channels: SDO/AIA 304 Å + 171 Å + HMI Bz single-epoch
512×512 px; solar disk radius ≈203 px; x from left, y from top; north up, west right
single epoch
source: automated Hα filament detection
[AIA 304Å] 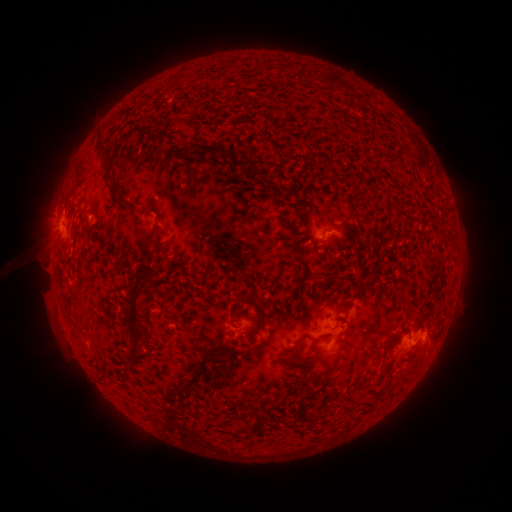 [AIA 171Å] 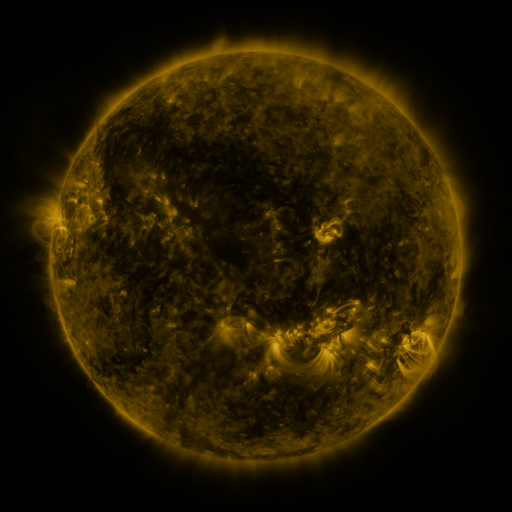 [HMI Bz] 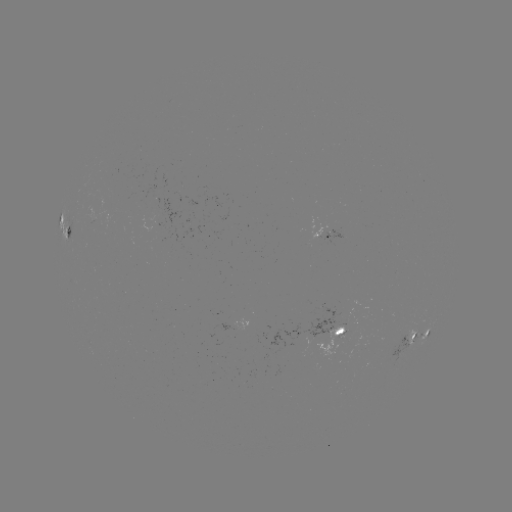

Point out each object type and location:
filament: <bbox>189, 144, 235, 160</bbox>
filament: <bbox>155, 146, 166, 157</bbox>
filament: <bbox>113, 194, 137, 211</bbox>
filament: <bbox>155, 212, 161, 225</bbox>
filament: <bbox>344, 222, 355, 230</bbox>
filament: <bbox>126, 276, 152, 354</bbox>
filament: <bbox>227, 297, 241, 320</bbox>
filament: <bbox>383, 332, 398, 353</bbox>
filament: <bbox>291, 335, 331, 350</bbox>
